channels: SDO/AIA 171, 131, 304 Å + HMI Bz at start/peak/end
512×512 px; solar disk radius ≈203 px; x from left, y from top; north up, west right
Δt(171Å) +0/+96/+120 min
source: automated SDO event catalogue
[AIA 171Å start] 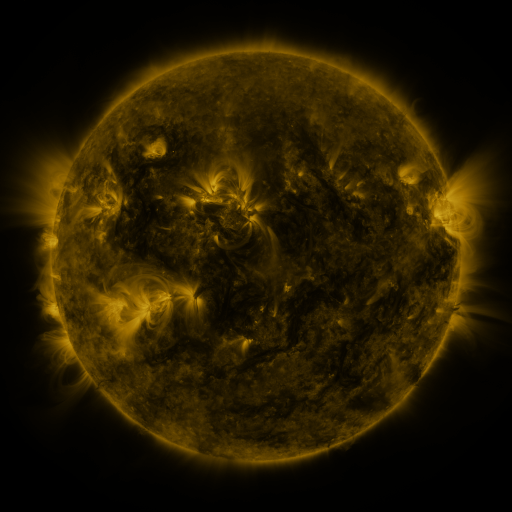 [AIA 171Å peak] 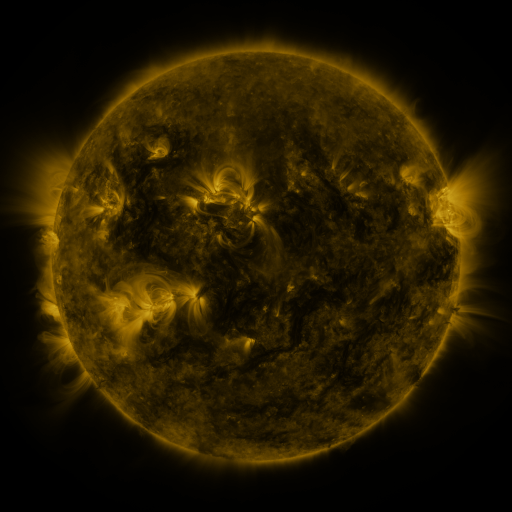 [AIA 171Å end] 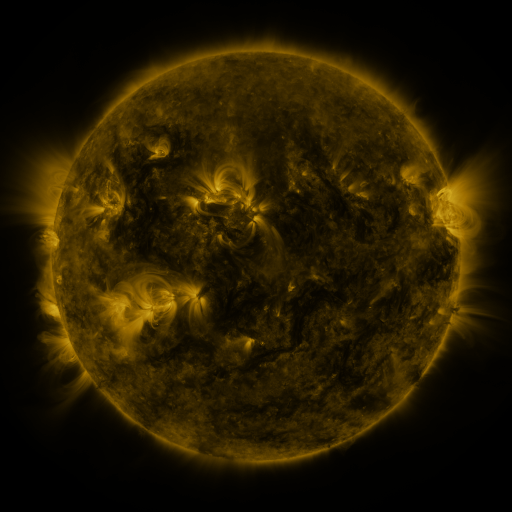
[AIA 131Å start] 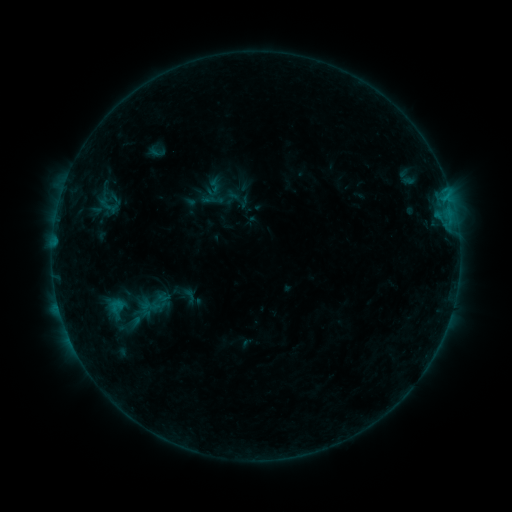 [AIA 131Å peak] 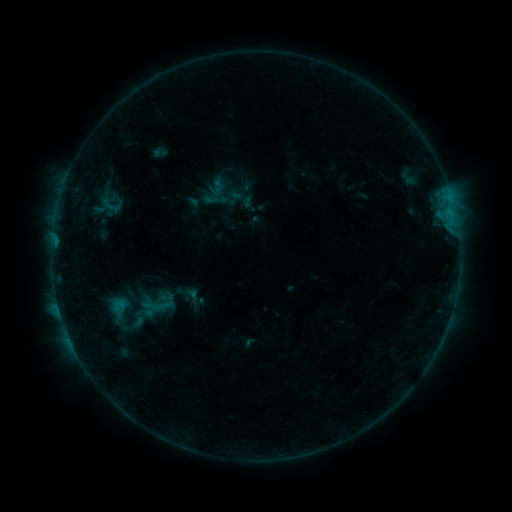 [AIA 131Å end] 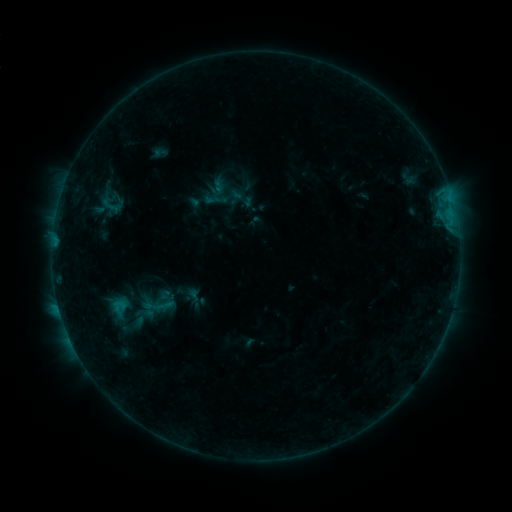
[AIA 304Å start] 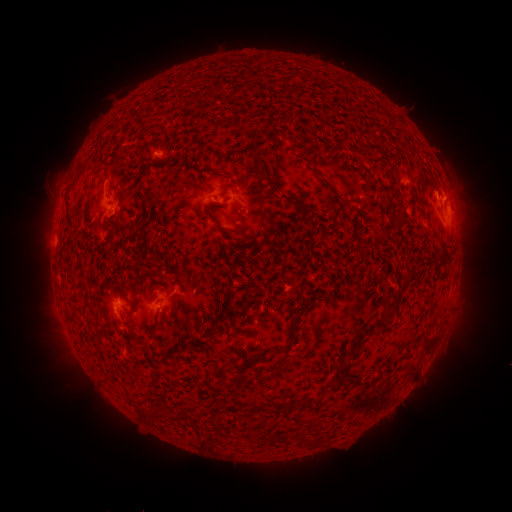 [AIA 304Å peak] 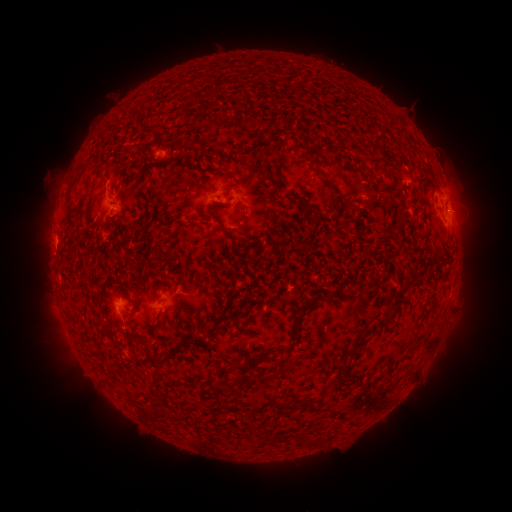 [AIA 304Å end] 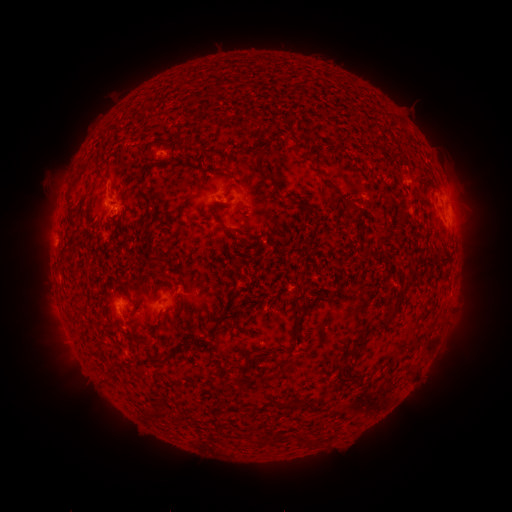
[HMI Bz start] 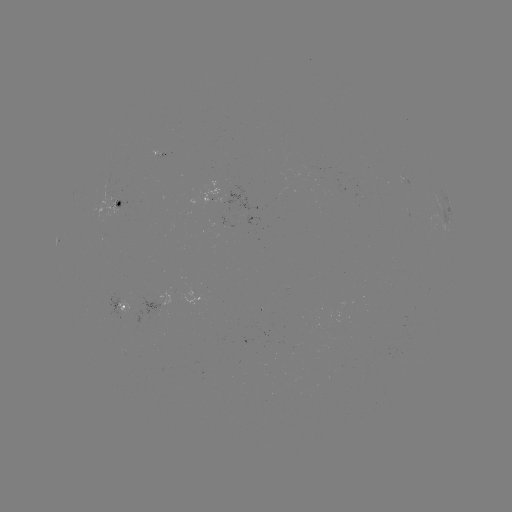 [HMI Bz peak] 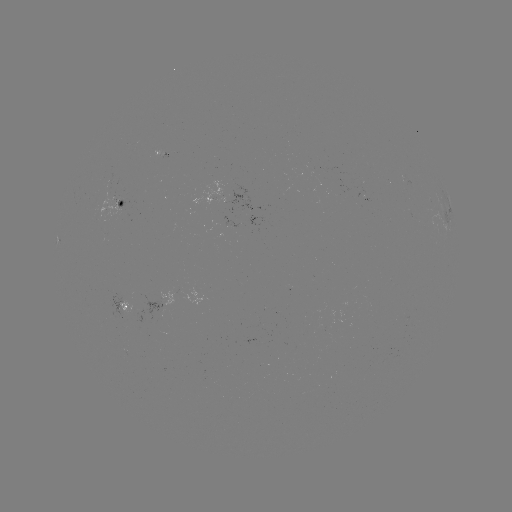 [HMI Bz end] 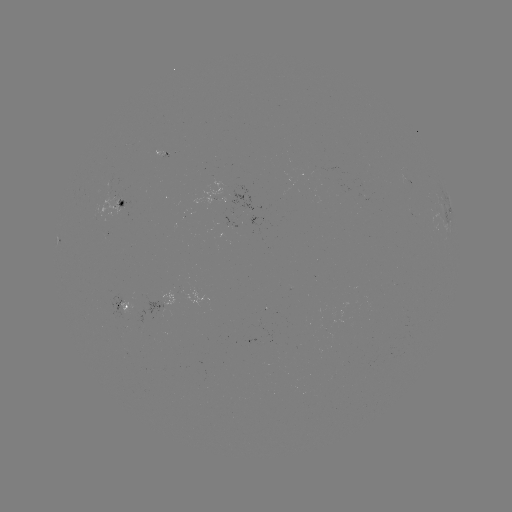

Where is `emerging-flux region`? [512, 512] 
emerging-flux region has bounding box [180, 289, 204, 307].